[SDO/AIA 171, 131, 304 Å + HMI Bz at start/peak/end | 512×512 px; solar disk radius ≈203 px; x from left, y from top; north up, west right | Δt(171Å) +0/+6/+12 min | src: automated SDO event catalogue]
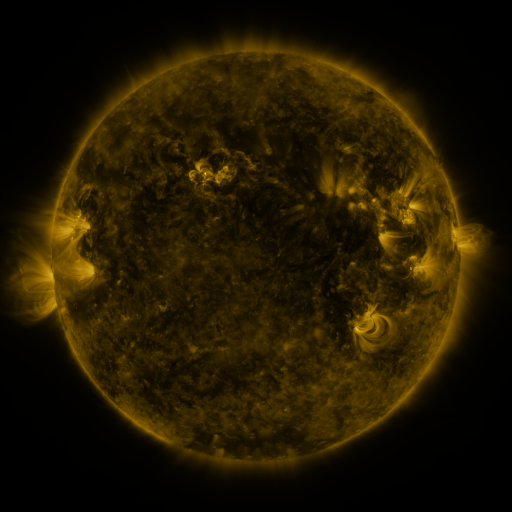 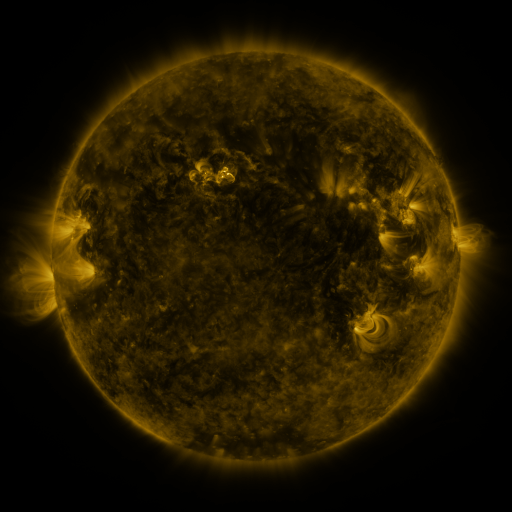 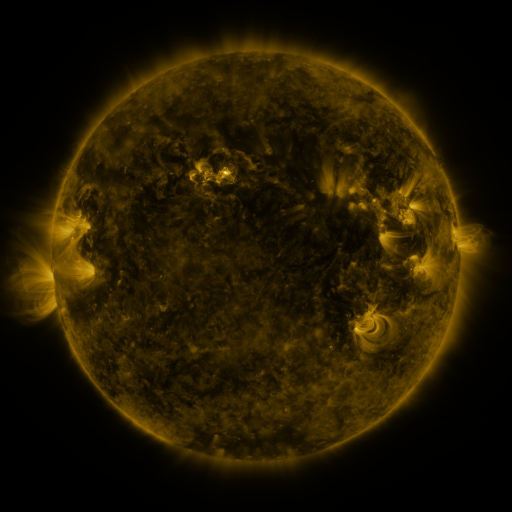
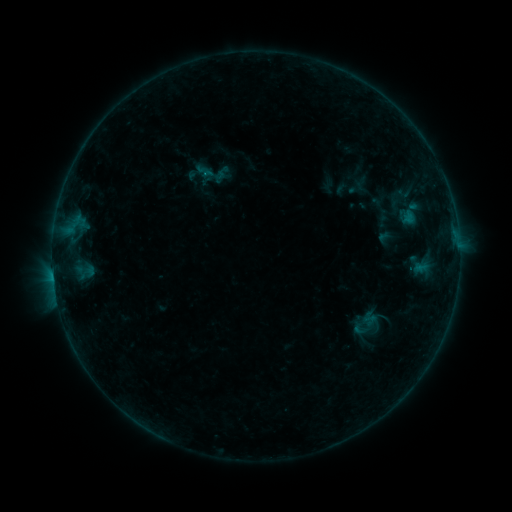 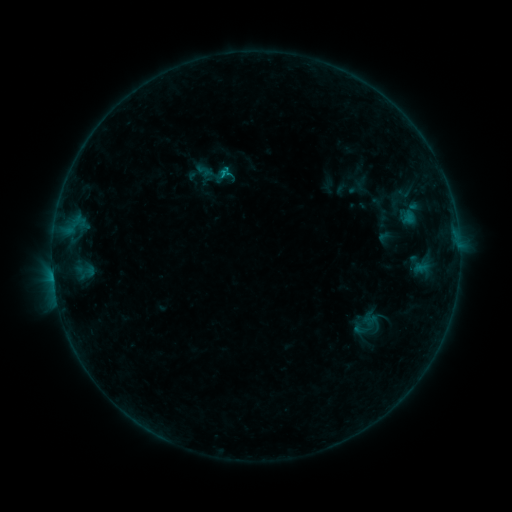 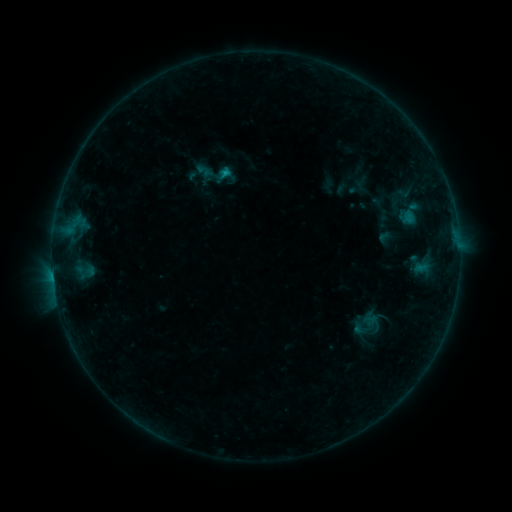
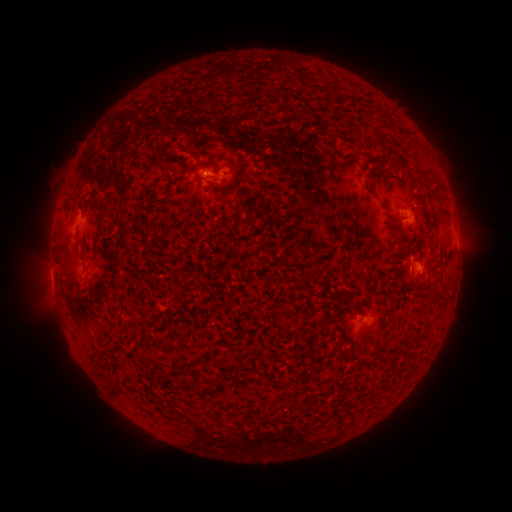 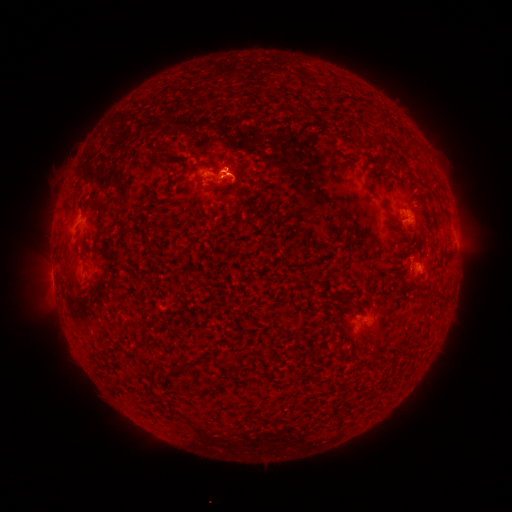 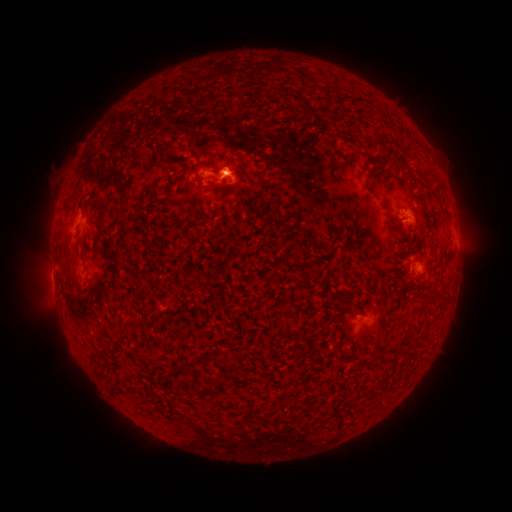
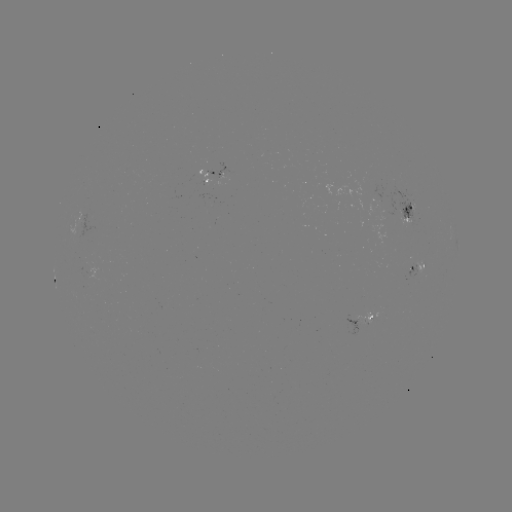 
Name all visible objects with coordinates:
B4.9 flare: (226, 177)
